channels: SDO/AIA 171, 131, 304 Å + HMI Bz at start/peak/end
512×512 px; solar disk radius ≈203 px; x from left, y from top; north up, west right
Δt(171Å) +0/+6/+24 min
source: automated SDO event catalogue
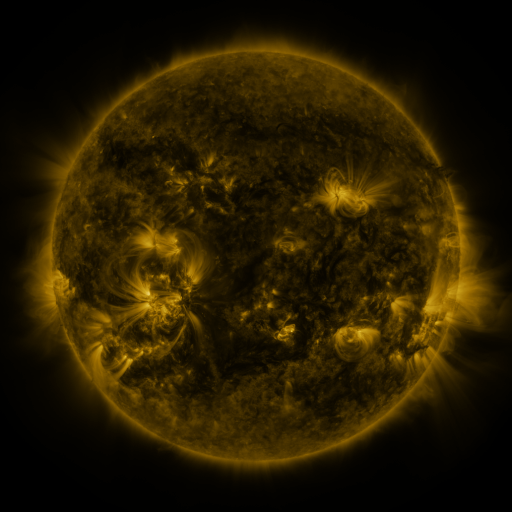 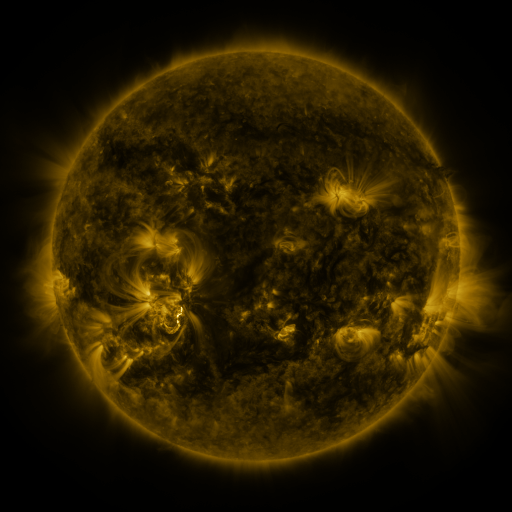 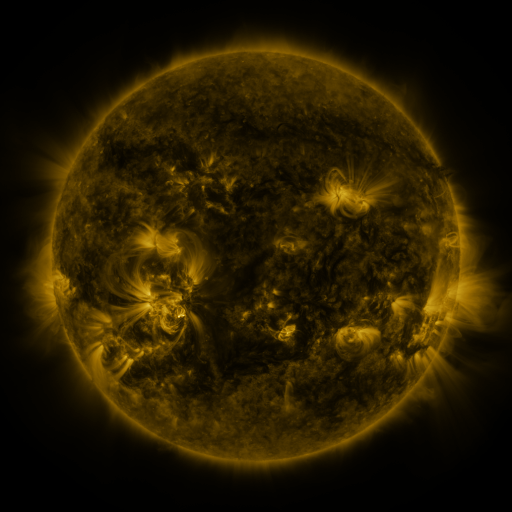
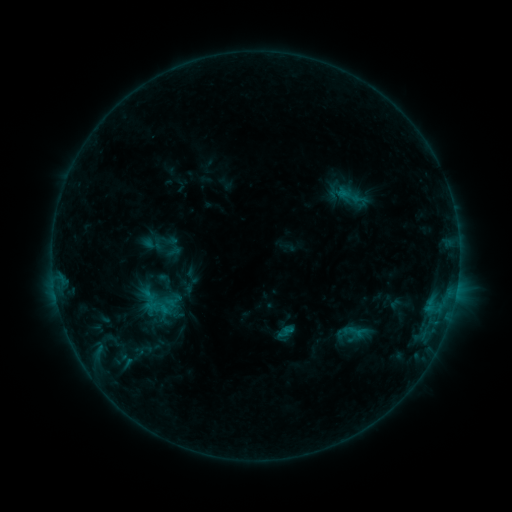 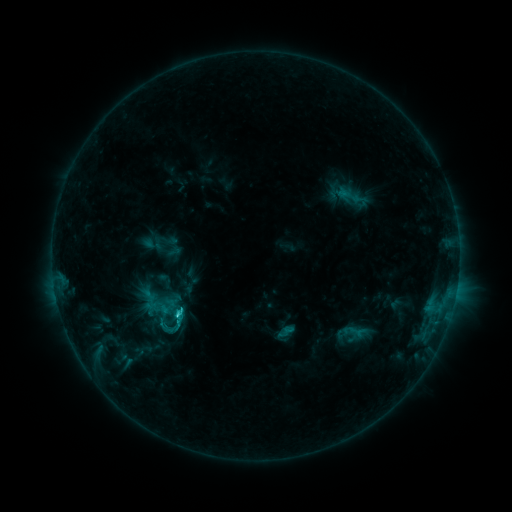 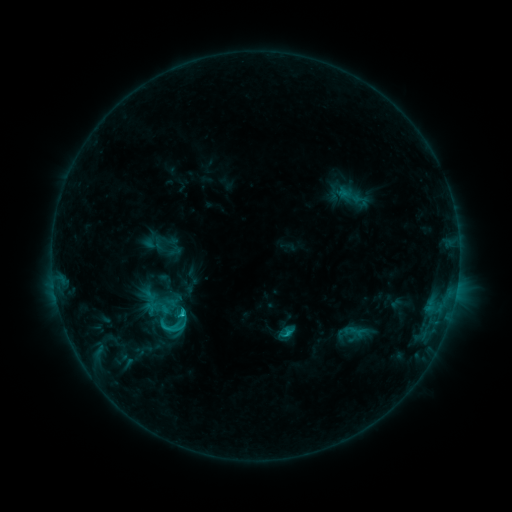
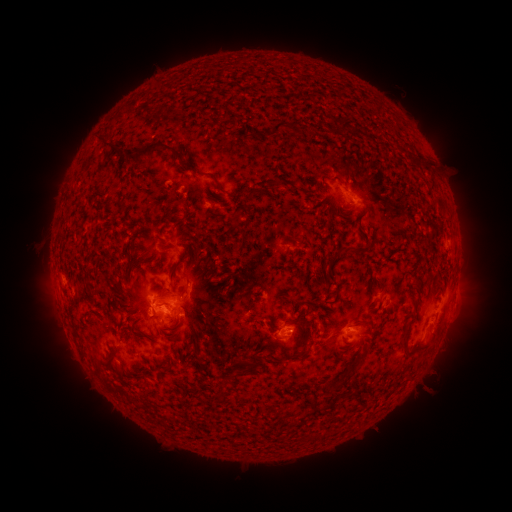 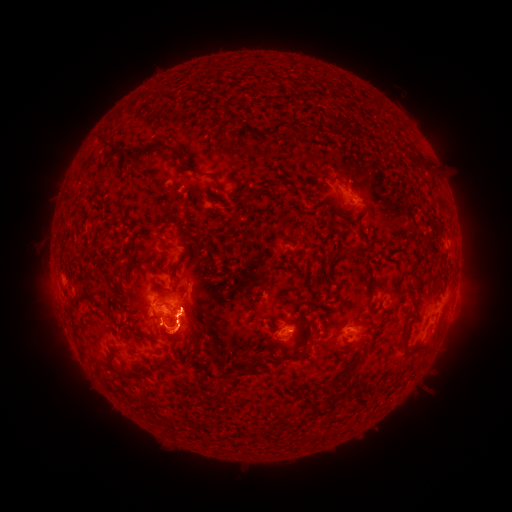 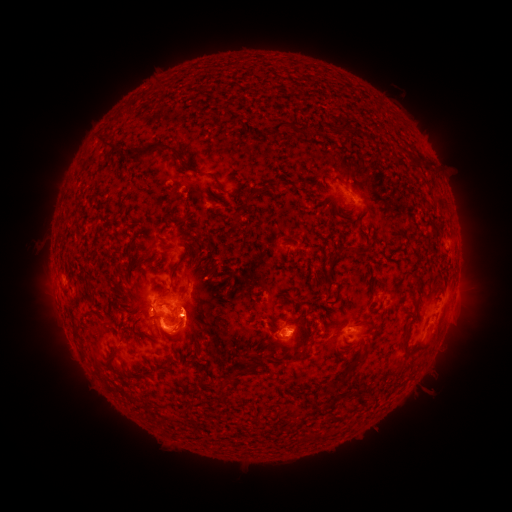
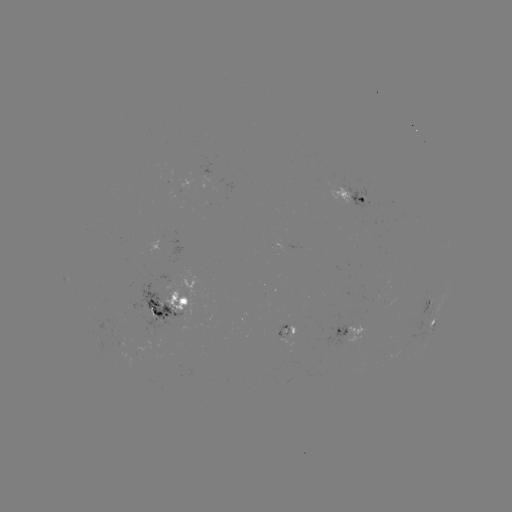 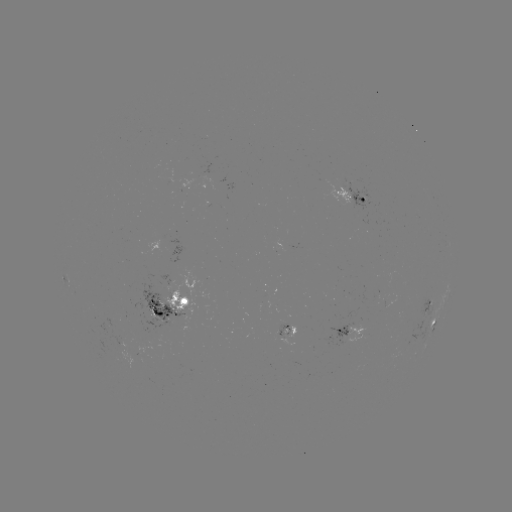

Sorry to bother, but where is C2.9 flare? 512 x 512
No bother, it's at [178, 313].